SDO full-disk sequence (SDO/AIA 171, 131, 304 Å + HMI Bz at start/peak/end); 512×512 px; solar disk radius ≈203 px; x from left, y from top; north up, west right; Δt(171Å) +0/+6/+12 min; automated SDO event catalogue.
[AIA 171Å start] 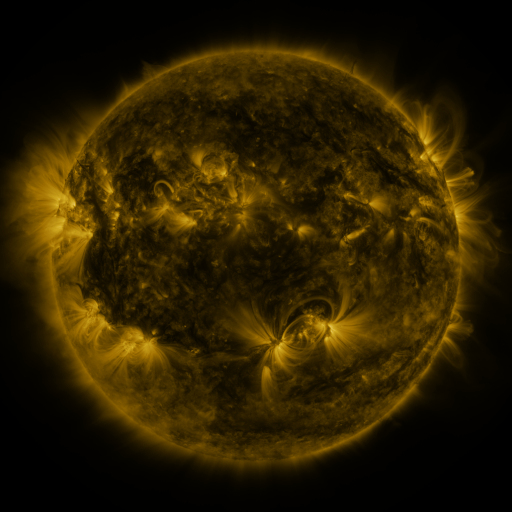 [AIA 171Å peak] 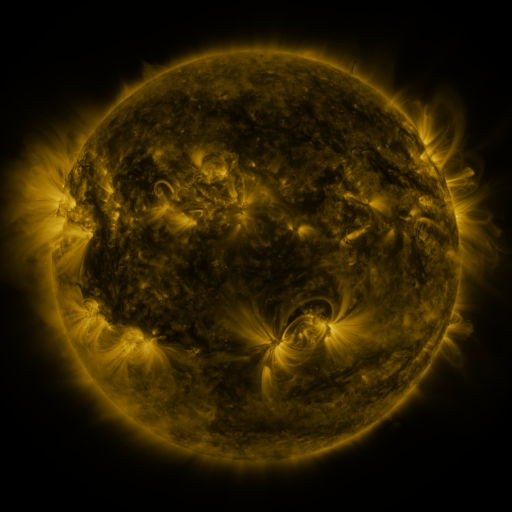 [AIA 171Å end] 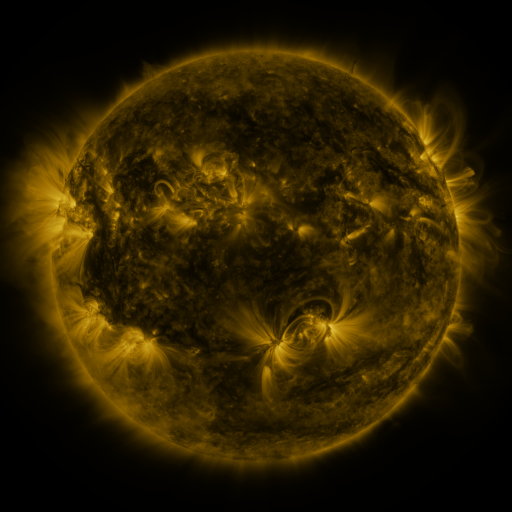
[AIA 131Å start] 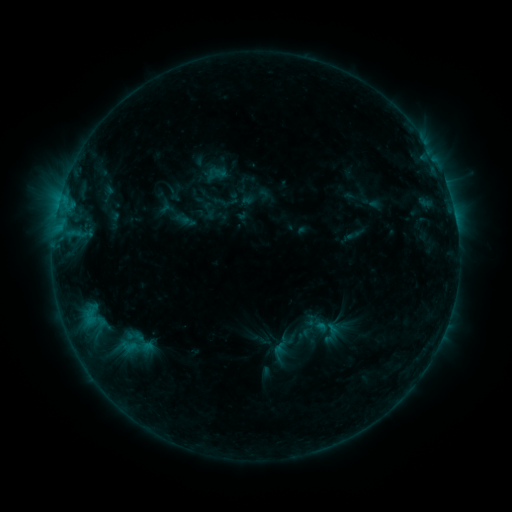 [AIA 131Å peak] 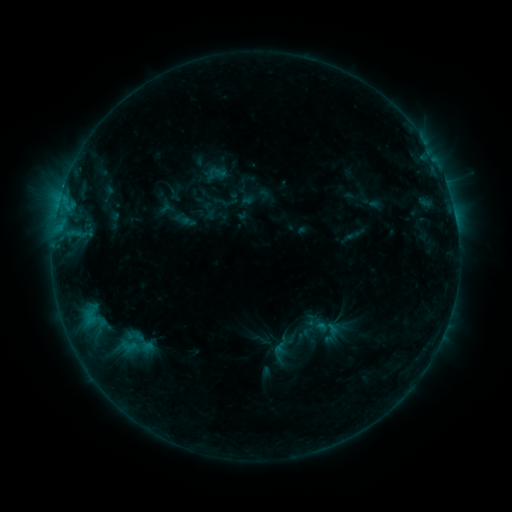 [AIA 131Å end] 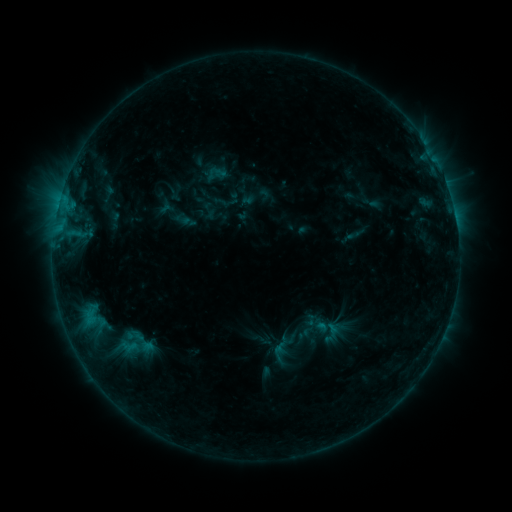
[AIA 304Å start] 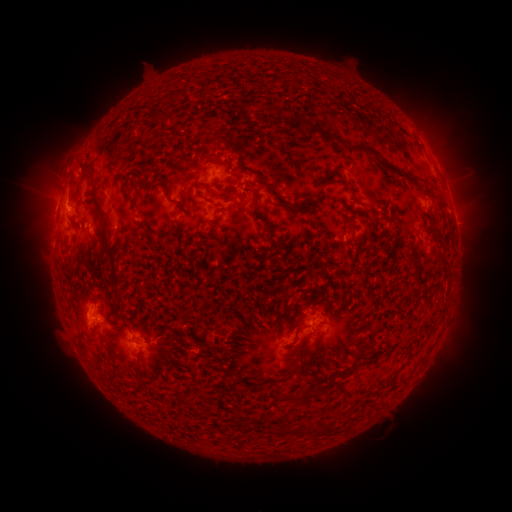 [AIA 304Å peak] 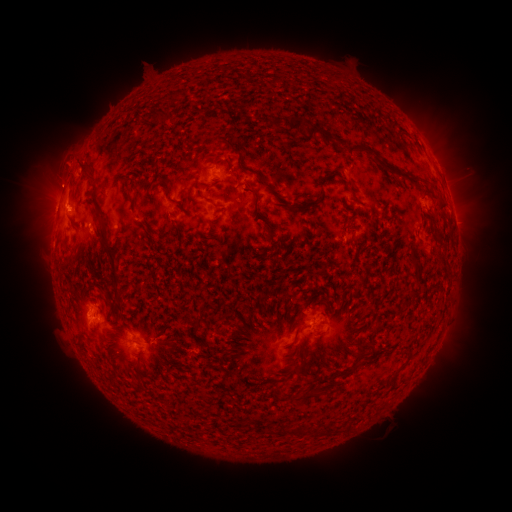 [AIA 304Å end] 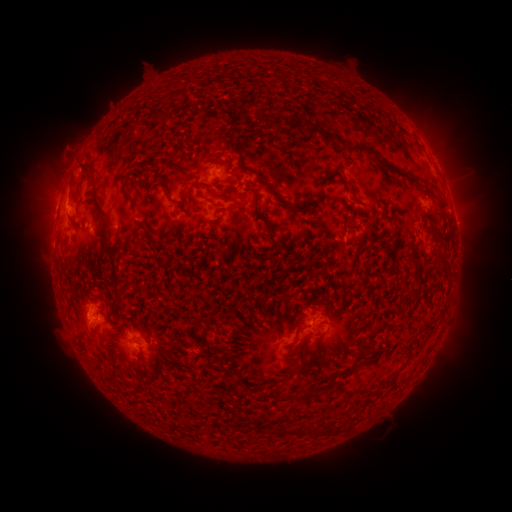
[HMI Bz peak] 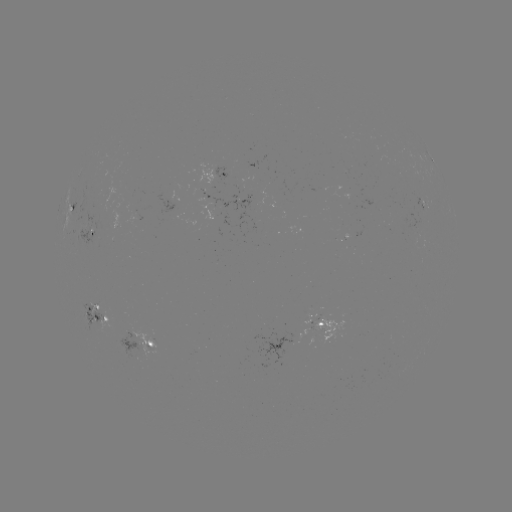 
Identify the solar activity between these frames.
eruption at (66, 160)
